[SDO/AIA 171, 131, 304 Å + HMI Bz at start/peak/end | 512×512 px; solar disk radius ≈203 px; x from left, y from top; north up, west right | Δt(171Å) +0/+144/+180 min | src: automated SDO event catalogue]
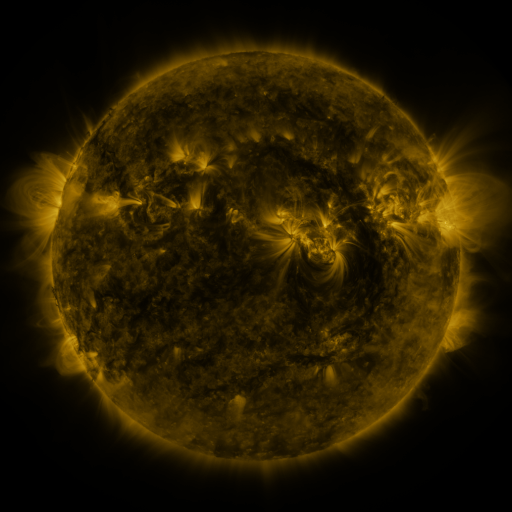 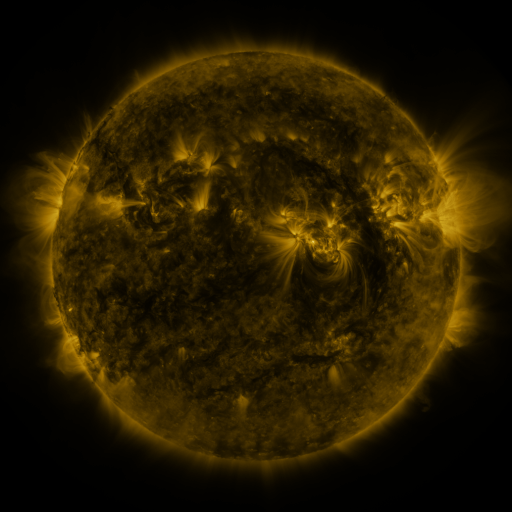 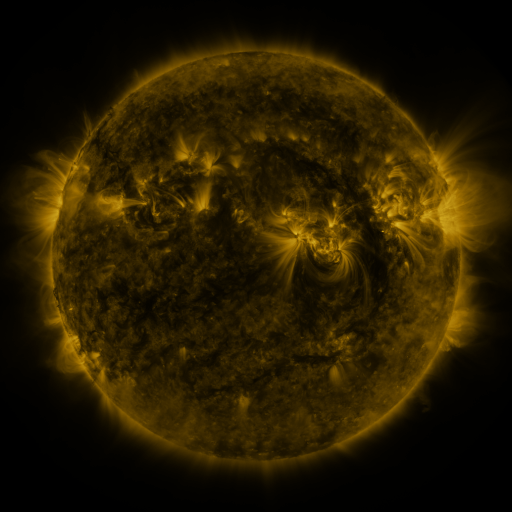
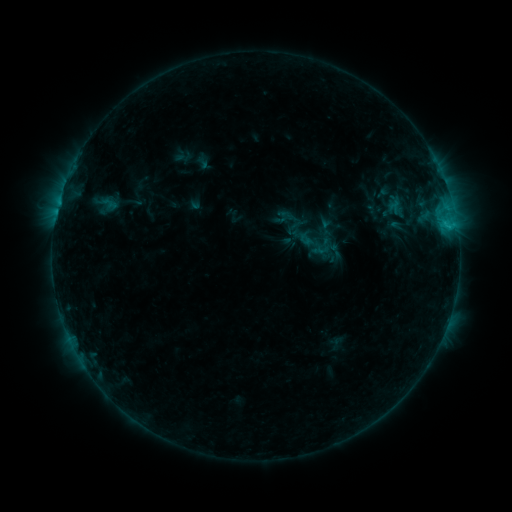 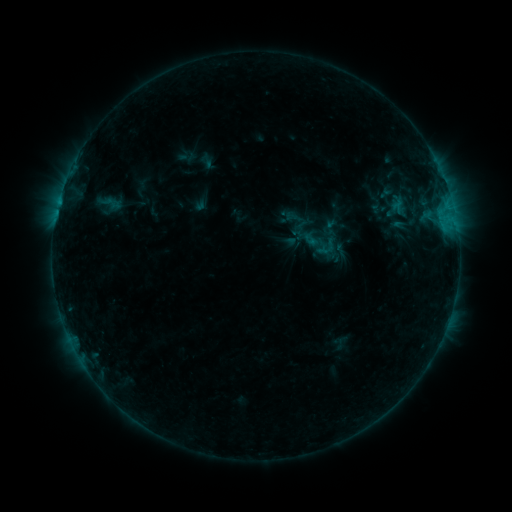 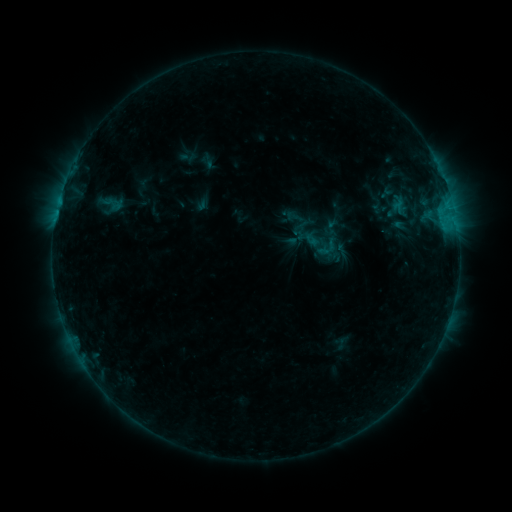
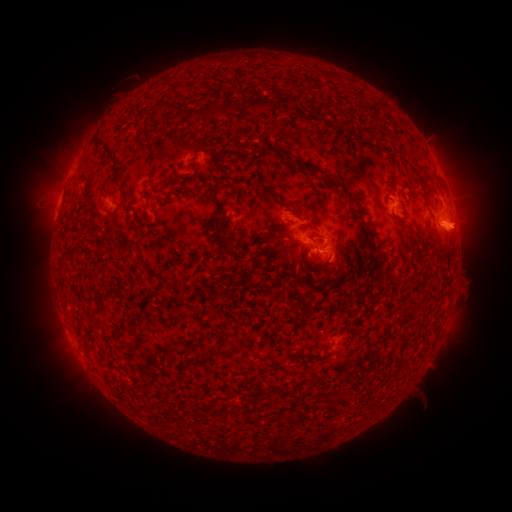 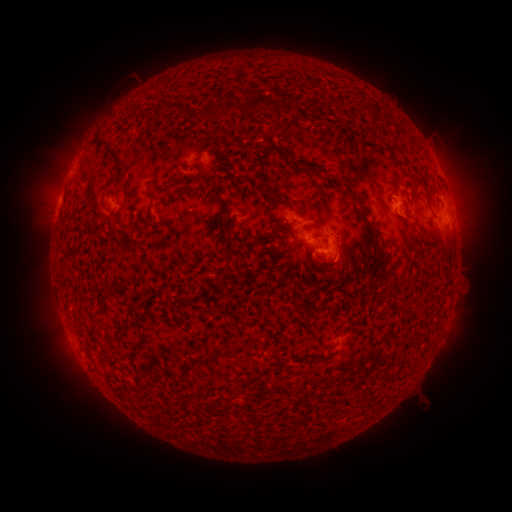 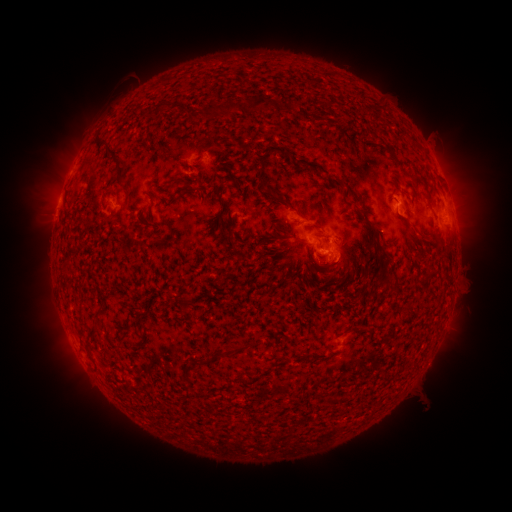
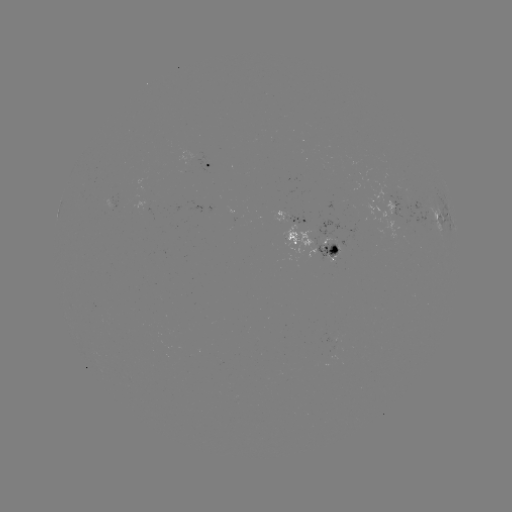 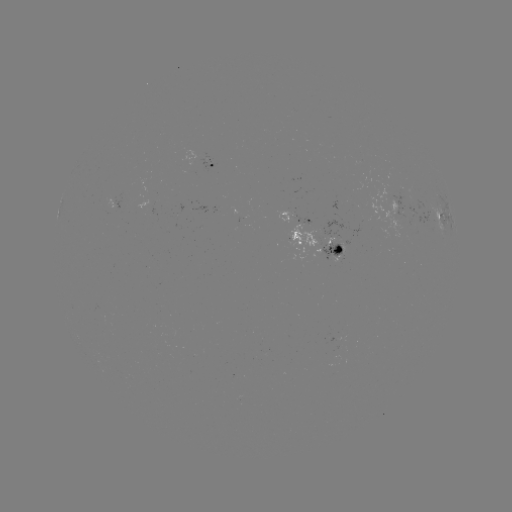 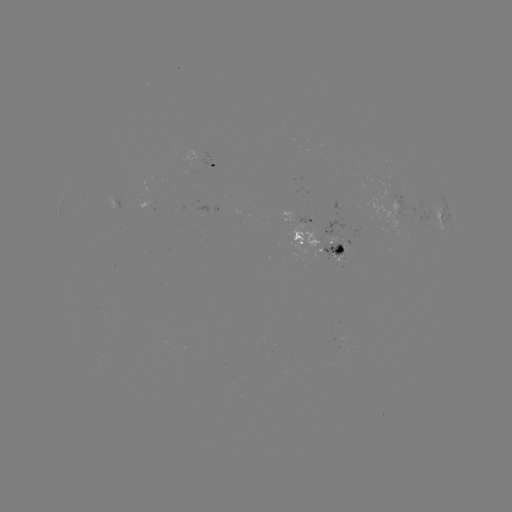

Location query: emerging-flux region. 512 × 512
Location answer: [195, 209].